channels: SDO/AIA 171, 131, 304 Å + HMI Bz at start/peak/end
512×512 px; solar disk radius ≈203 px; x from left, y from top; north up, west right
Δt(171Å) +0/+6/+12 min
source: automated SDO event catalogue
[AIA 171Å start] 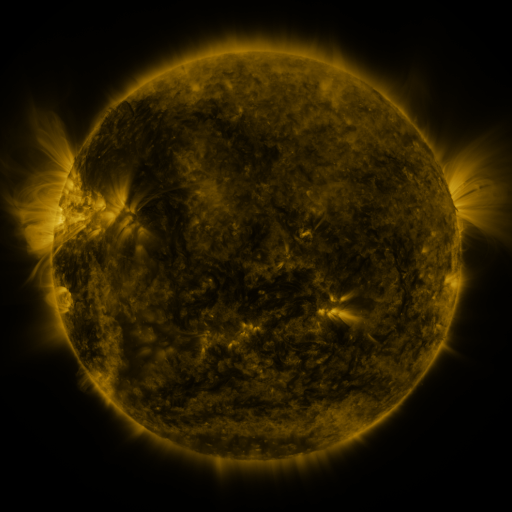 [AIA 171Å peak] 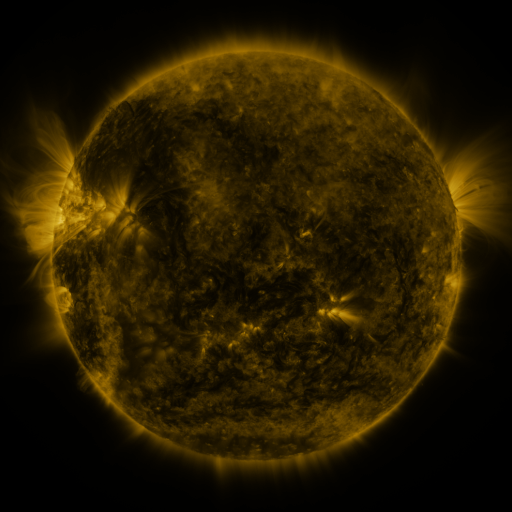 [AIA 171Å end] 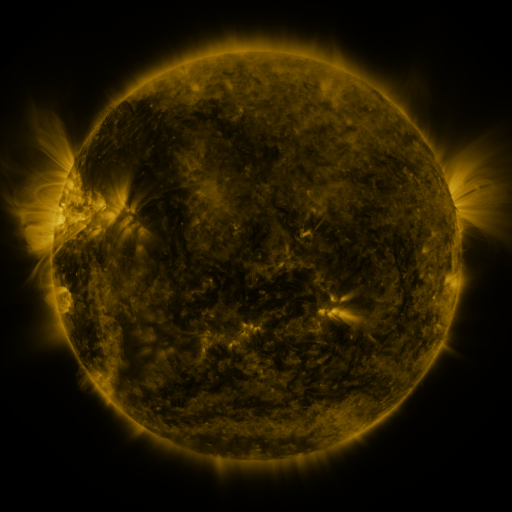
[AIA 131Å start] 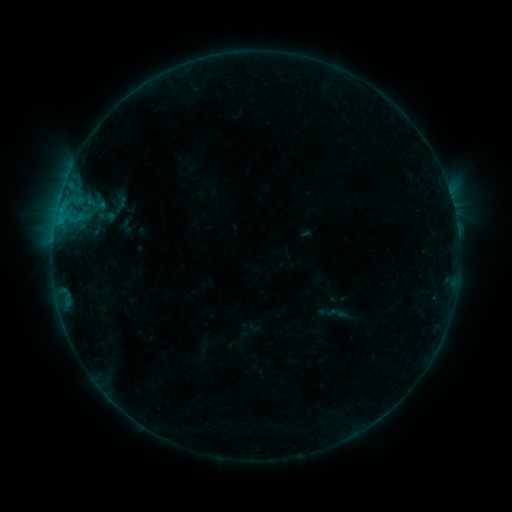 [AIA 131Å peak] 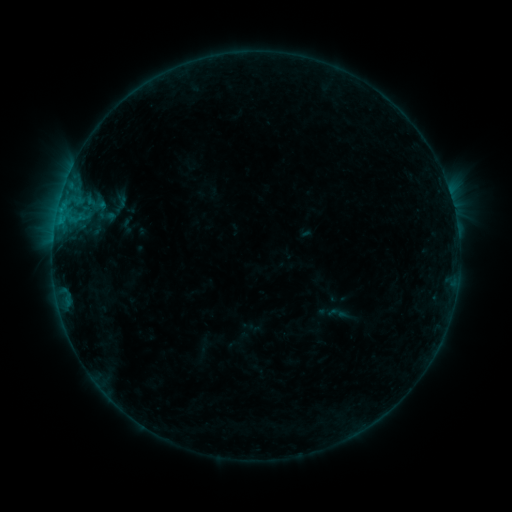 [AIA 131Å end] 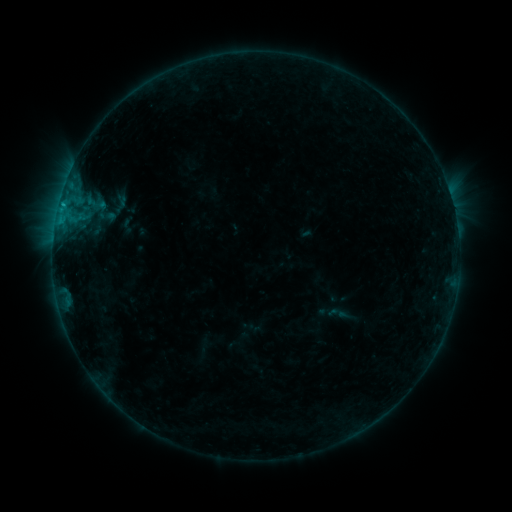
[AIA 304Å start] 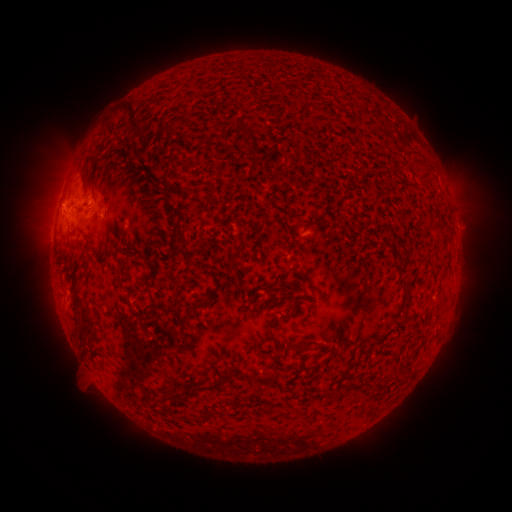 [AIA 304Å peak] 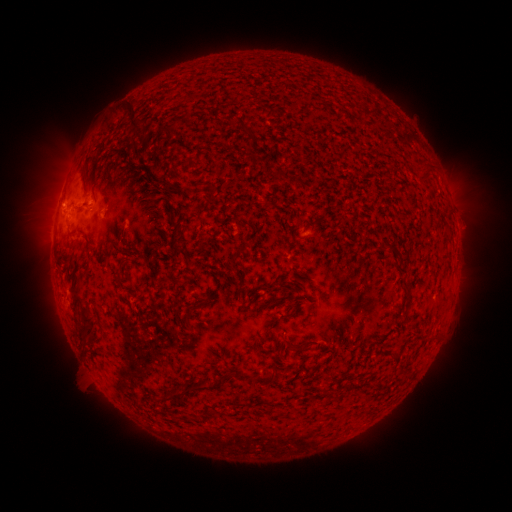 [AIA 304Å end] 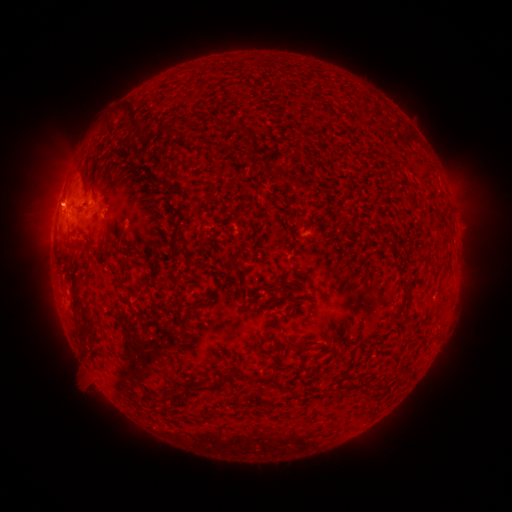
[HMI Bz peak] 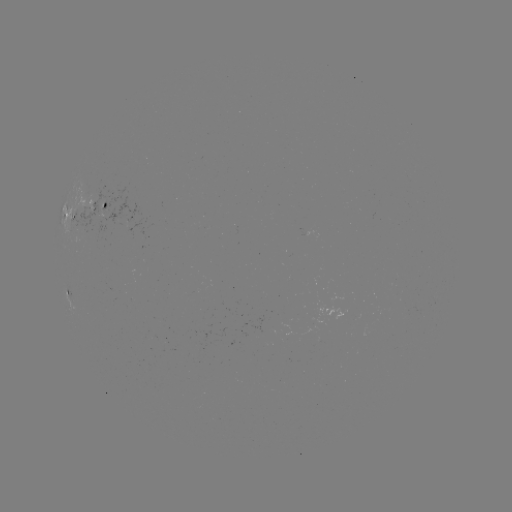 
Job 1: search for B6.6 flare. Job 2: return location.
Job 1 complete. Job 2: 62,208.